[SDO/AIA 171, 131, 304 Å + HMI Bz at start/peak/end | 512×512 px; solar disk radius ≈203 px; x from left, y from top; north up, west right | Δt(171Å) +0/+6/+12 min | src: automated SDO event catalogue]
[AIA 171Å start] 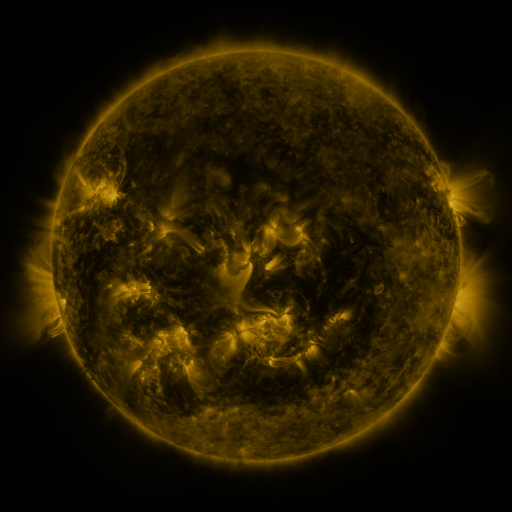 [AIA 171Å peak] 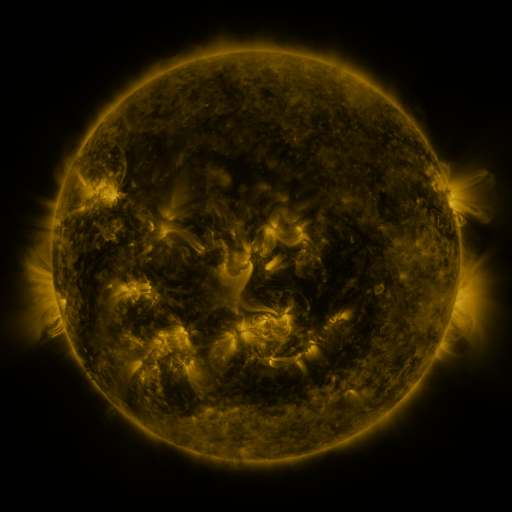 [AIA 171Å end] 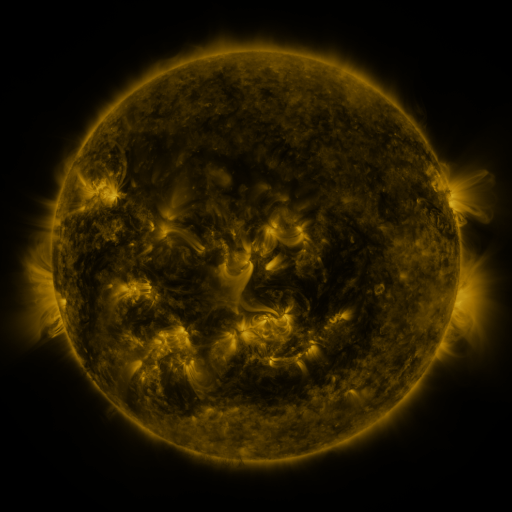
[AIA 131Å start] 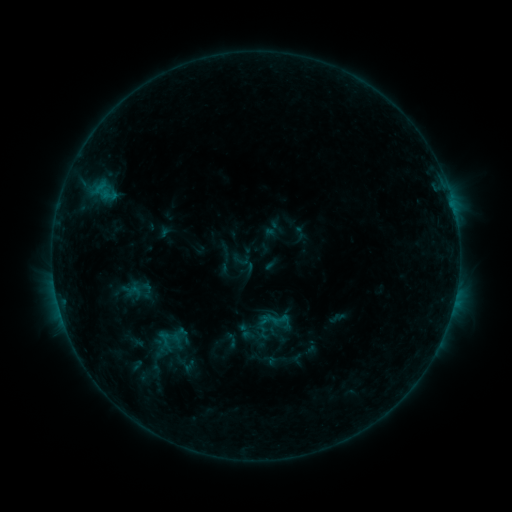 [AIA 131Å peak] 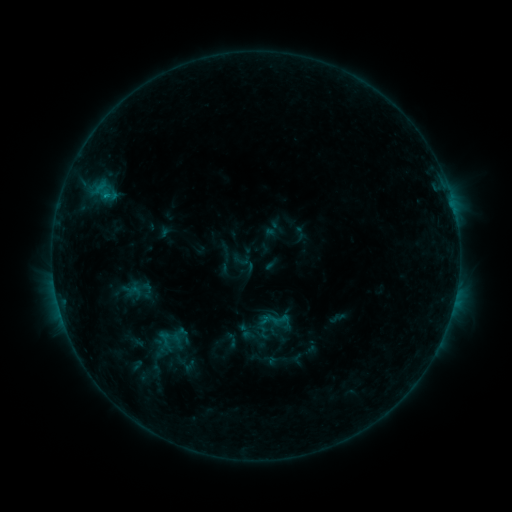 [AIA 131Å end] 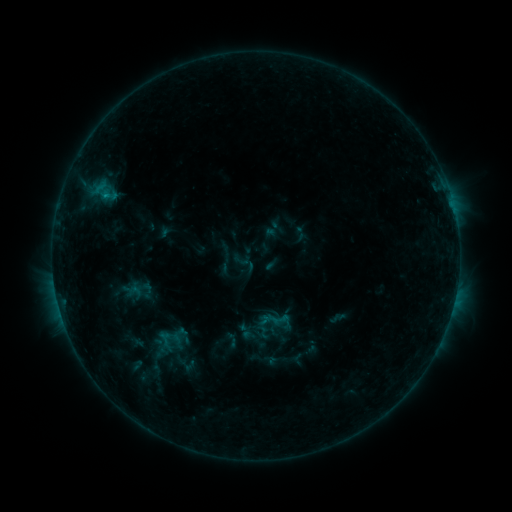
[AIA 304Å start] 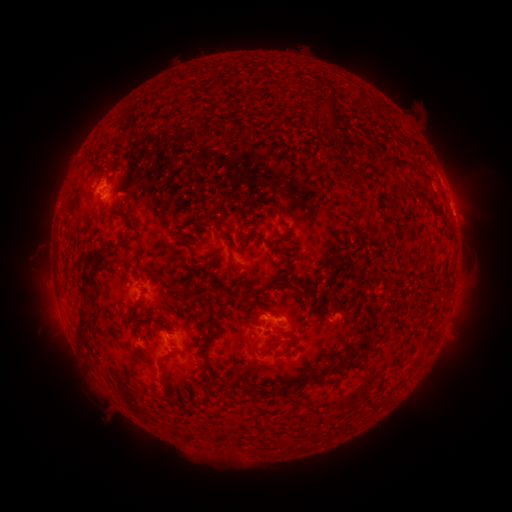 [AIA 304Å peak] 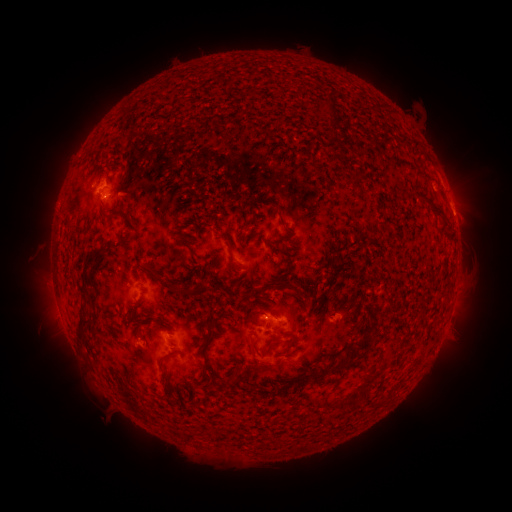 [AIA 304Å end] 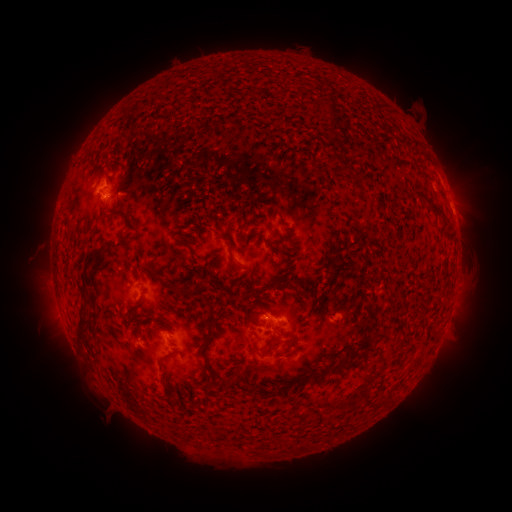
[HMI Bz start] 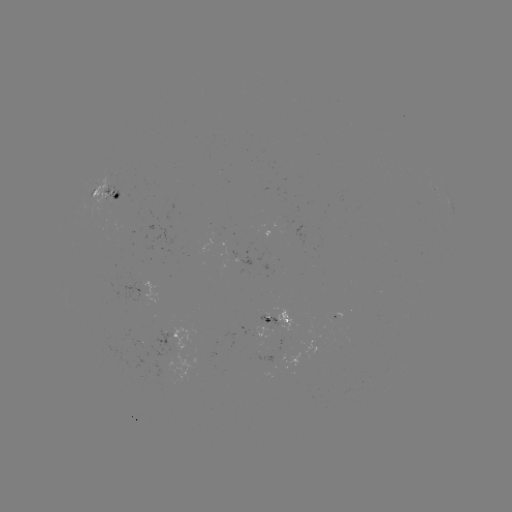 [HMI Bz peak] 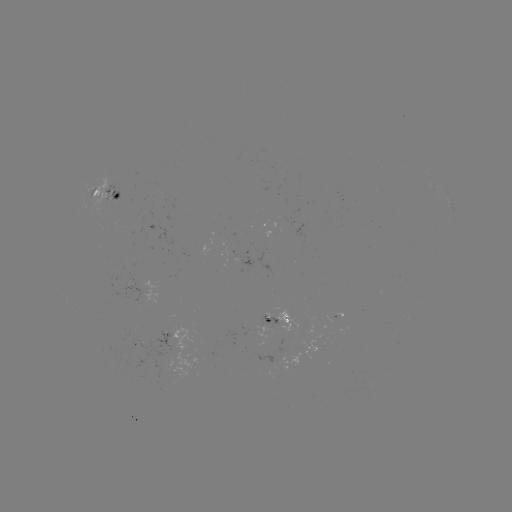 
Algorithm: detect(B5.7 flare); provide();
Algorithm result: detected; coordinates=[106, 199]